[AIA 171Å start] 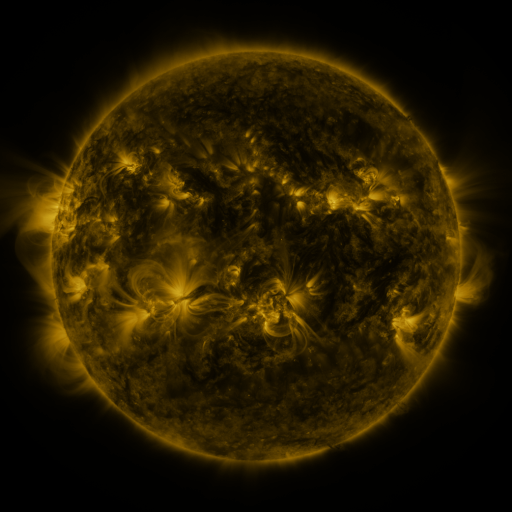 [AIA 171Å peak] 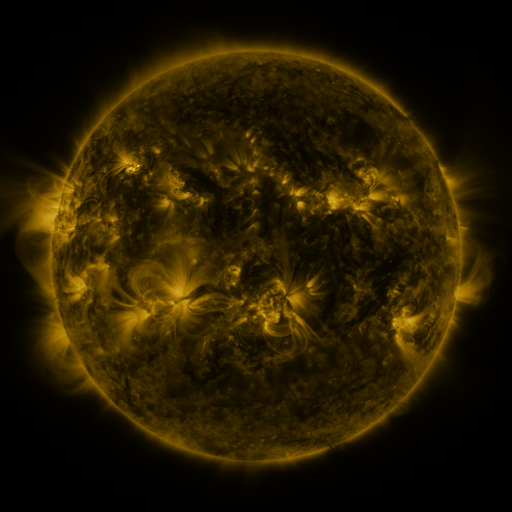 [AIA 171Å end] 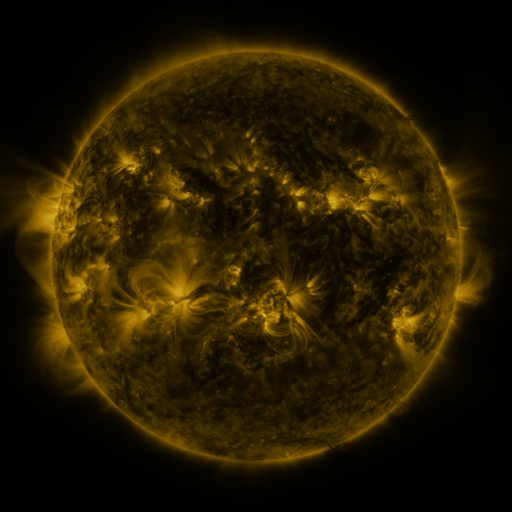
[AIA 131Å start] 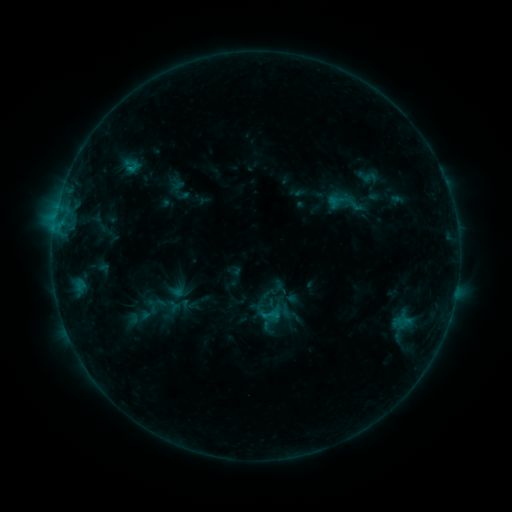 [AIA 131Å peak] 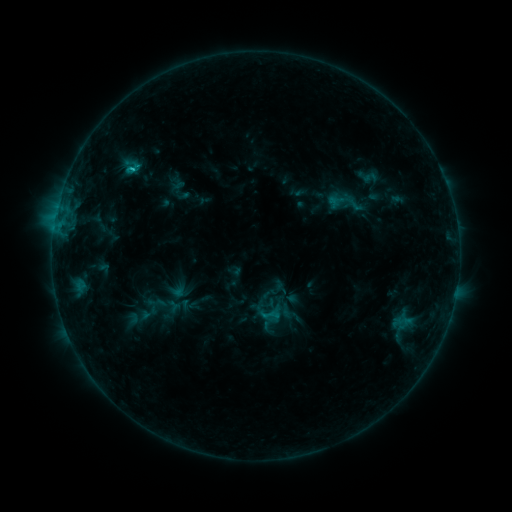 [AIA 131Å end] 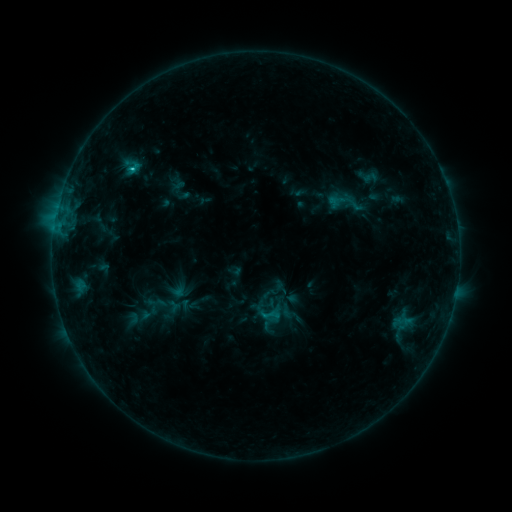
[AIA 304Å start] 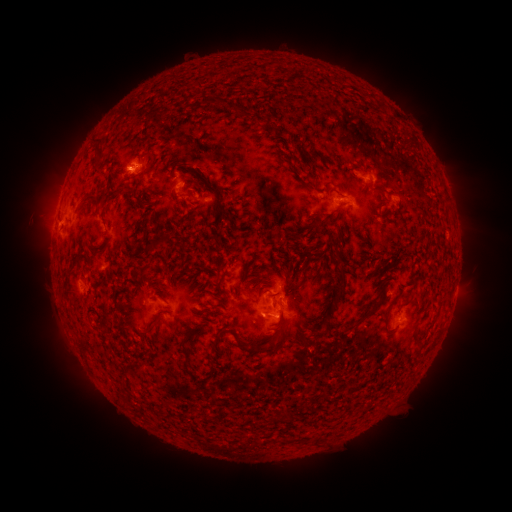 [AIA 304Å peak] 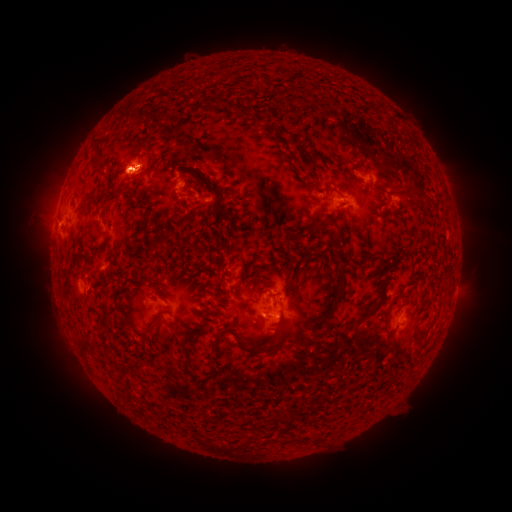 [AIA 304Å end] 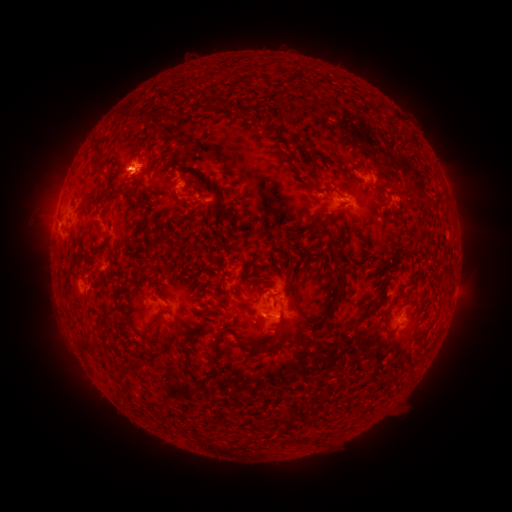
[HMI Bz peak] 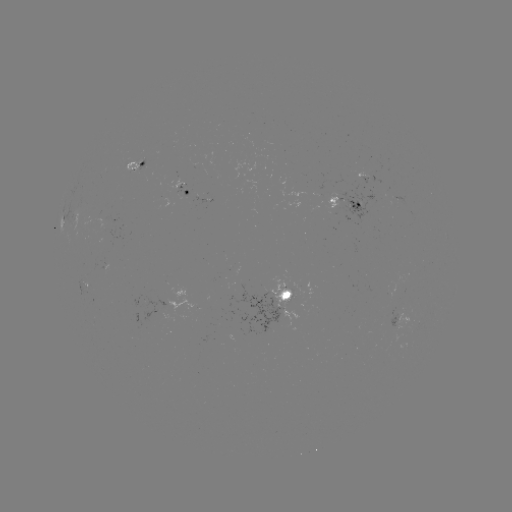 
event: flare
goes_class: C1.4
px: (132, 170)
